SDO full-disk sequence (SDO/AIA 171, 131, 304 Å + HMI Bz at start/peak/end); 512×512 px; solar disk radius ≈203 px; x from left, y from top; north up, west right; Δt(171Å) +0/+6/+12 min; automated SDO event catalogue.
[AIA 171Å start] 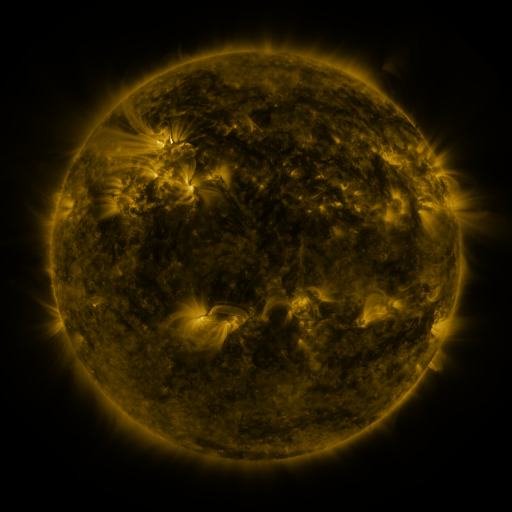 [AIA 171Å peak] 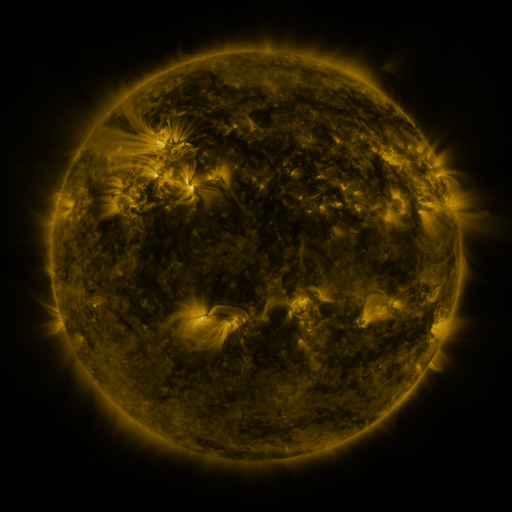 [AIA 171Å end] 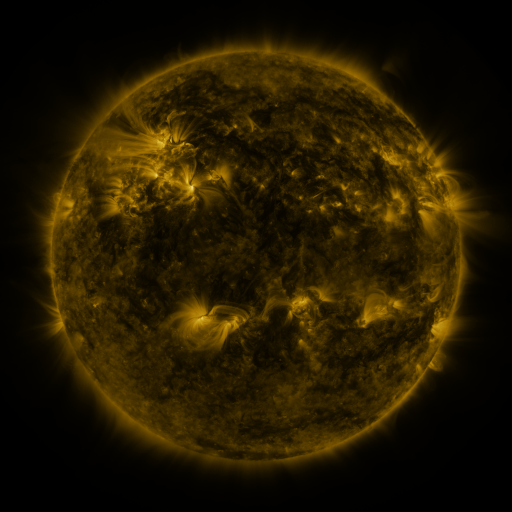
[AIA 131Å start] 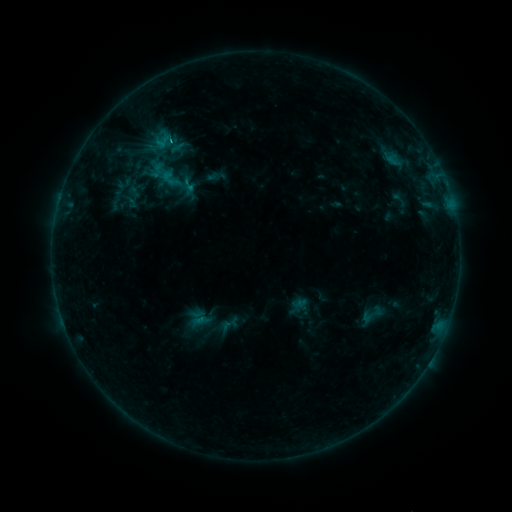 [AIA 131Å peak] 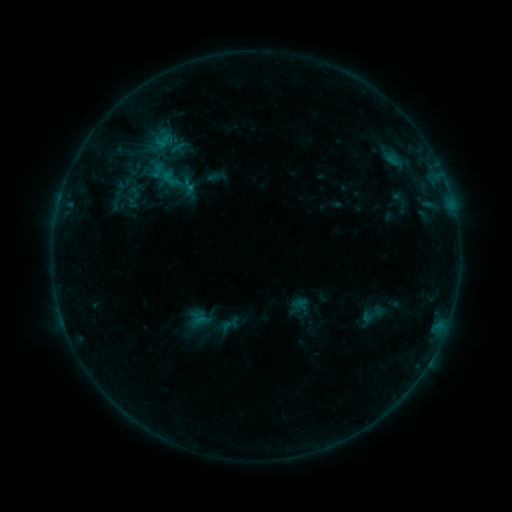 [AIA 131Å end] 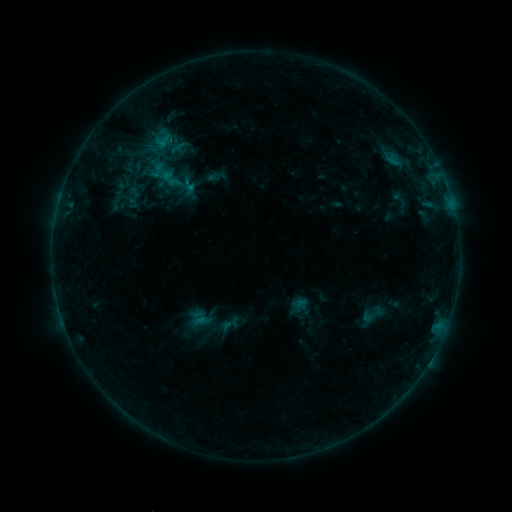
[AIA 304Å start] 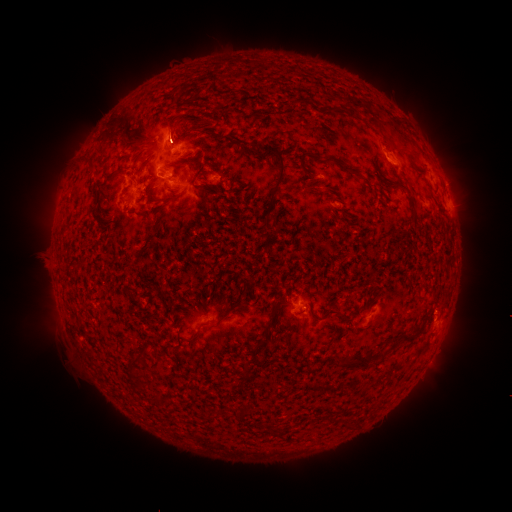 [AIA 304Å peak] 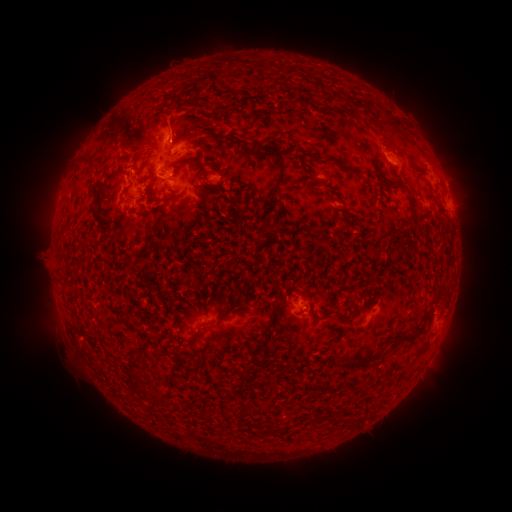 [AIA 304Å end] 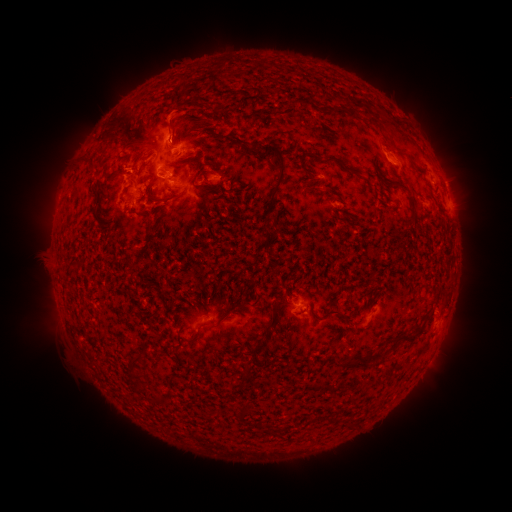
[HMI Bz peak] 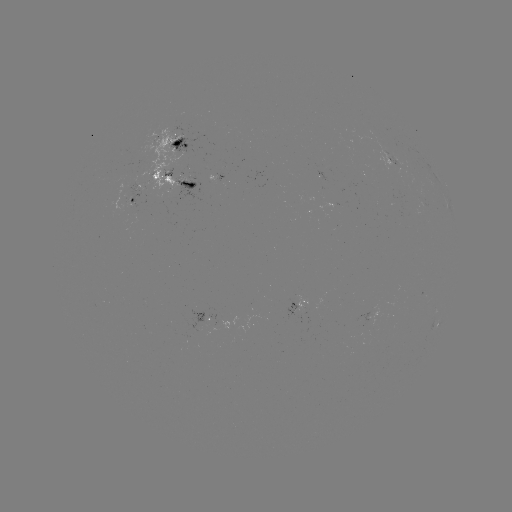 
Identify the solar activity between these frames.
eruption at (171, 125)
